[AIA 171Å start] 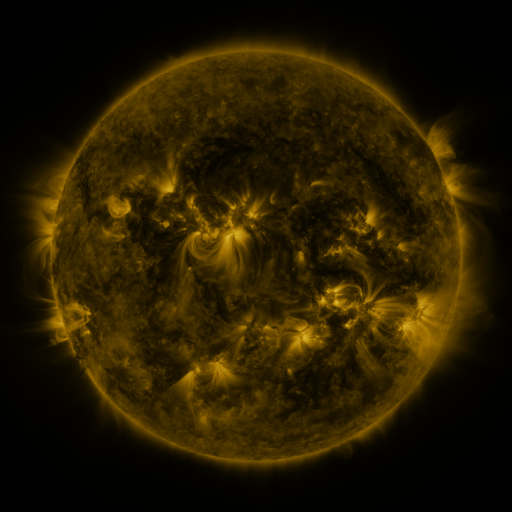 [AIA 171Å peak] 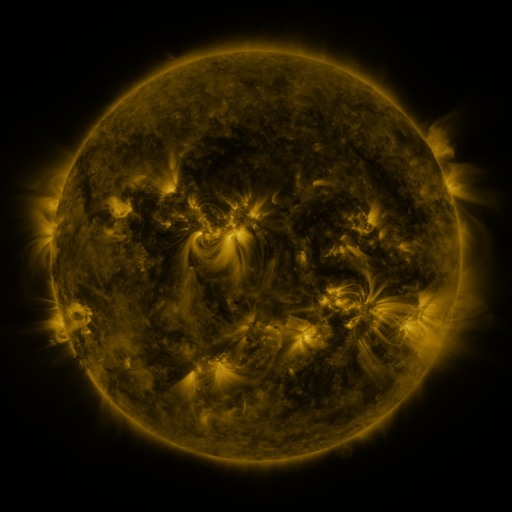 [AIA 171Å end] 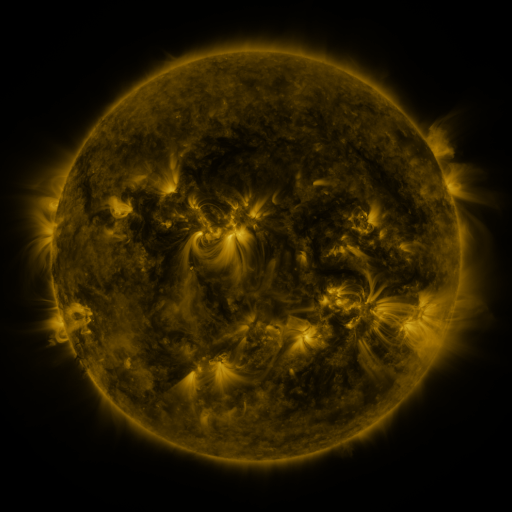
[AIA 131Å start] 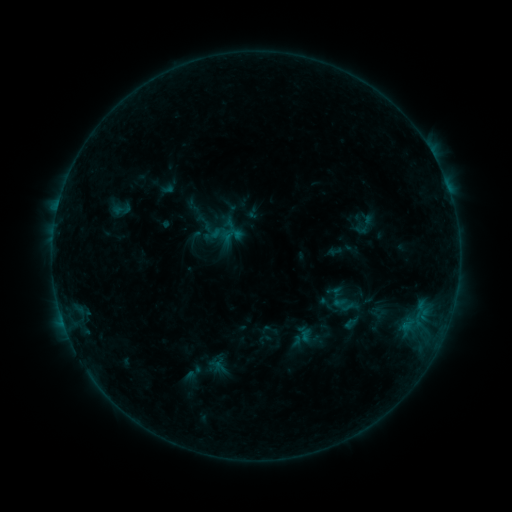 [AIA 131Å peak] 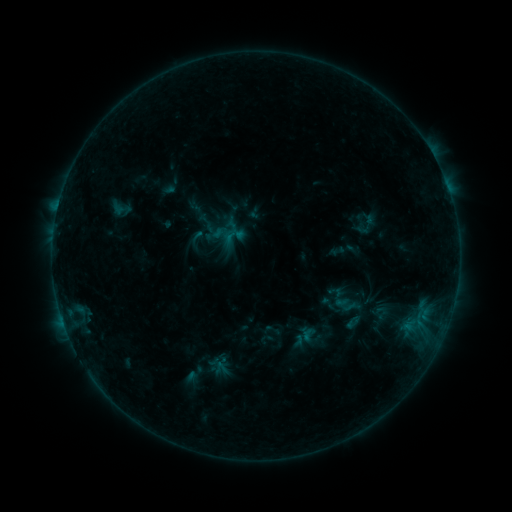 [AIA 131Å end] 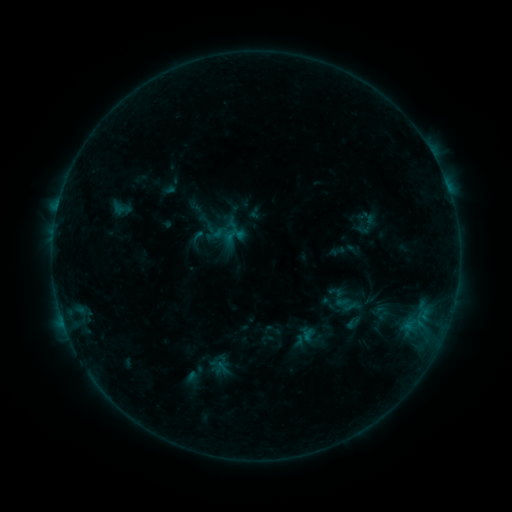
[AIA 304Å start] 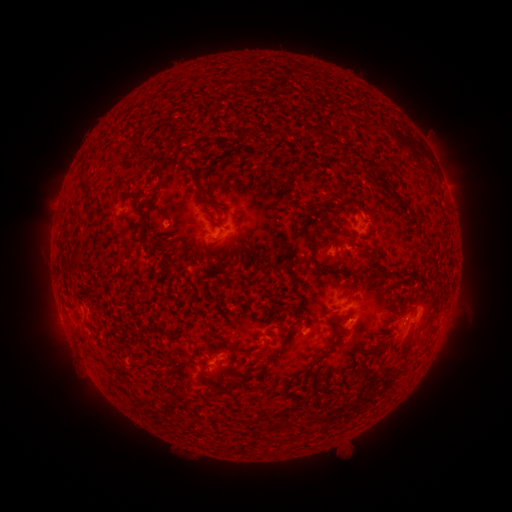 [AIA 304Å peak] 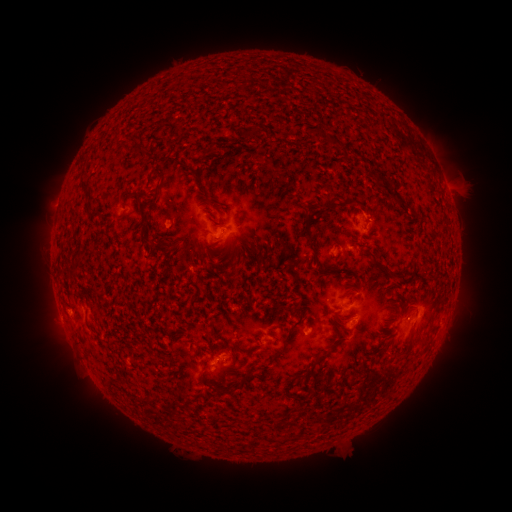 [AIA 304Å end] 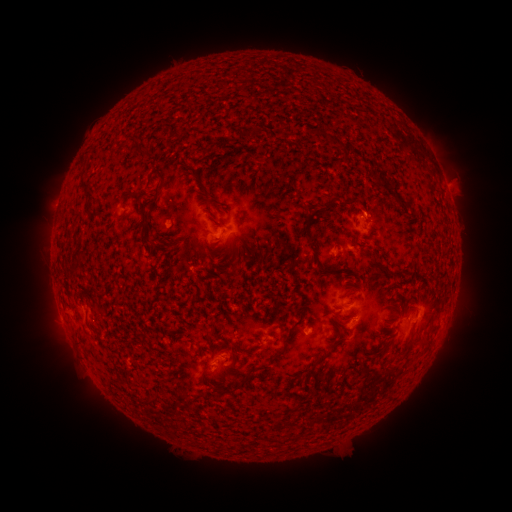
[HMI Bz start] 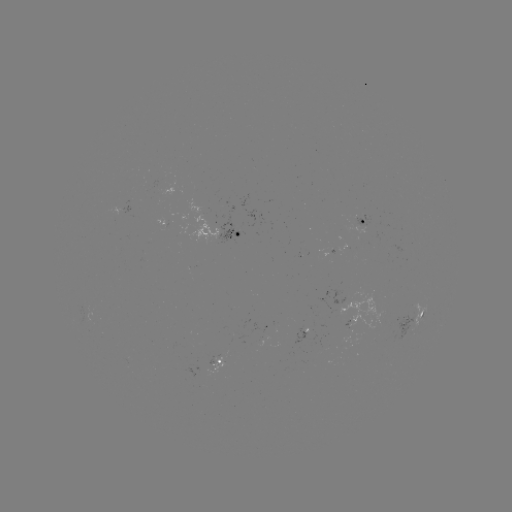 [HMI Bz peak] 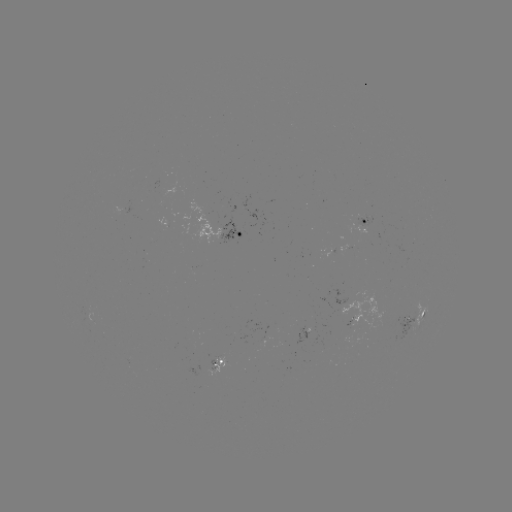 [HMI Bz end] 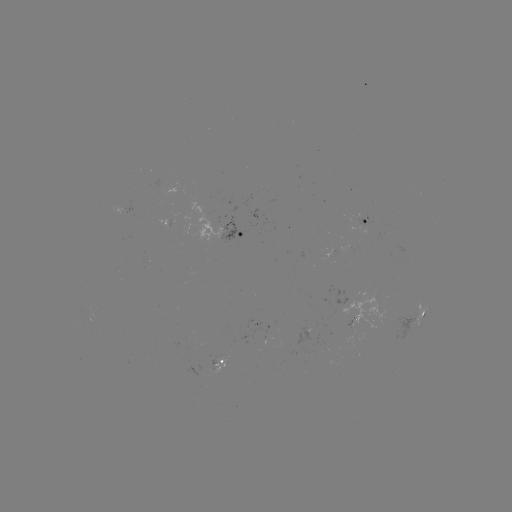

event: emerging-flux region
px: (216, 365)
